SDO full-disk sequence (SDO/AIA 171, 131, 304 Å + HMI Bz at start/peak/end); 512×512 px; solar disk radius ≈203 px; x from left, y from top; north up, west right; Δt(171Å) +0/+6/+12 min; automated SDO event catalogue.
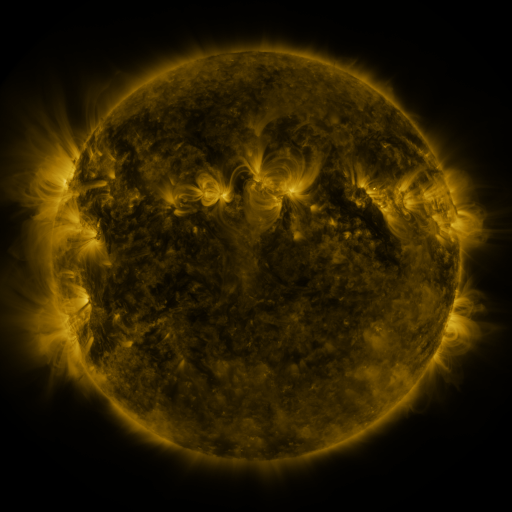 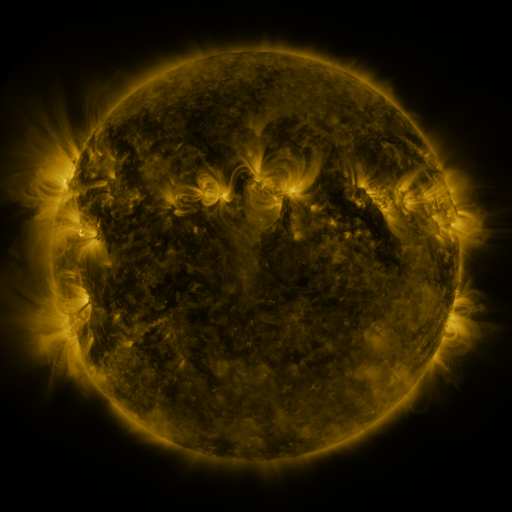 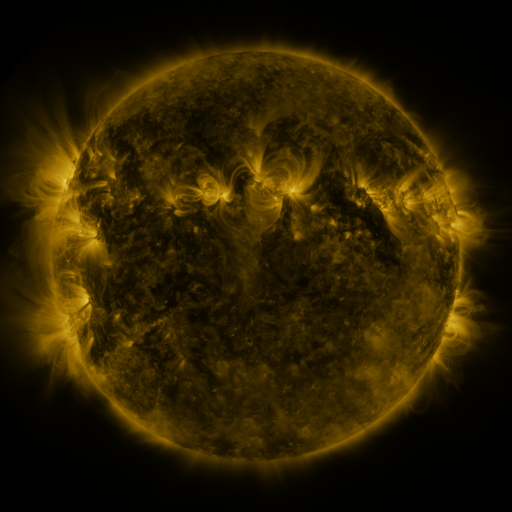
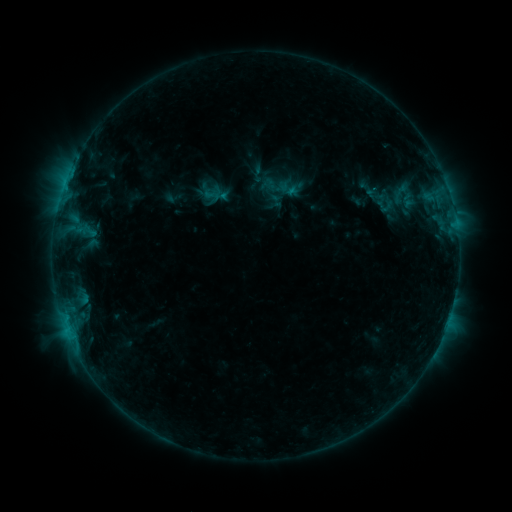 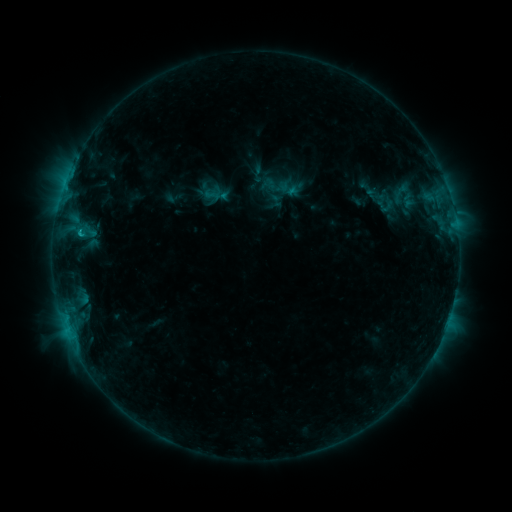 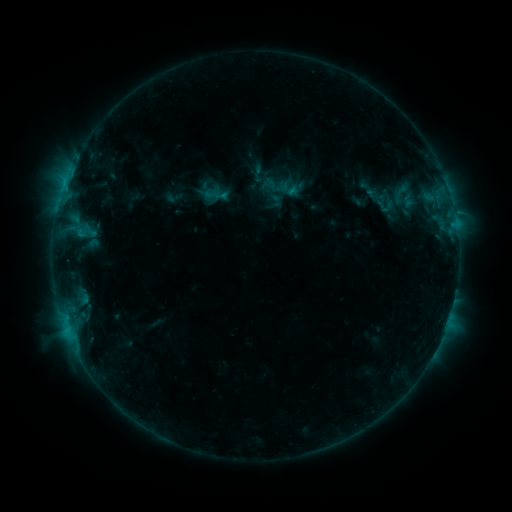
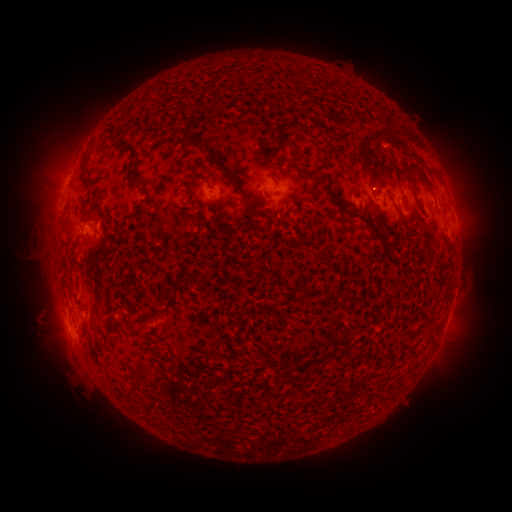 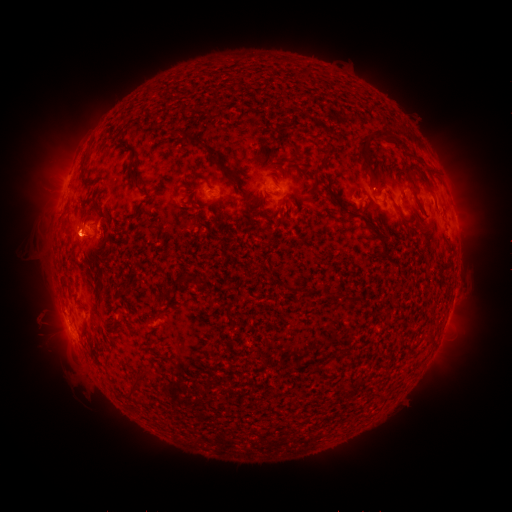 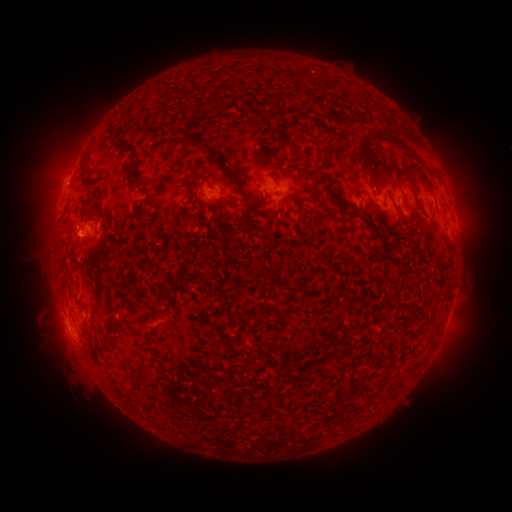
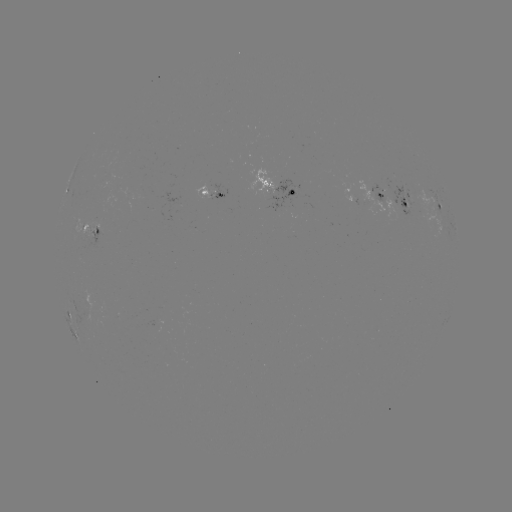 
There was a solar flare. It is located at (80, 233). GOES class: B9.6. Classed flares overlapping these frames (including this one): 1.